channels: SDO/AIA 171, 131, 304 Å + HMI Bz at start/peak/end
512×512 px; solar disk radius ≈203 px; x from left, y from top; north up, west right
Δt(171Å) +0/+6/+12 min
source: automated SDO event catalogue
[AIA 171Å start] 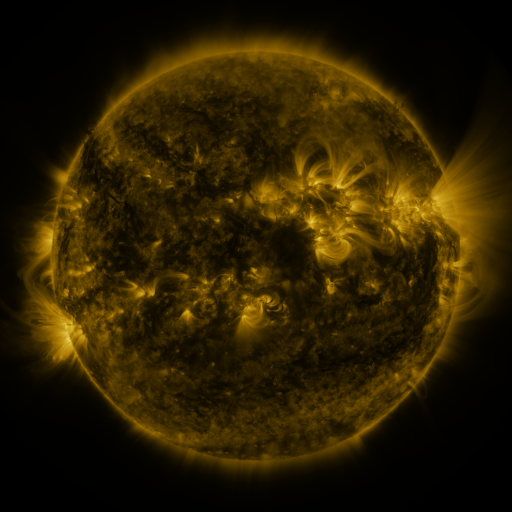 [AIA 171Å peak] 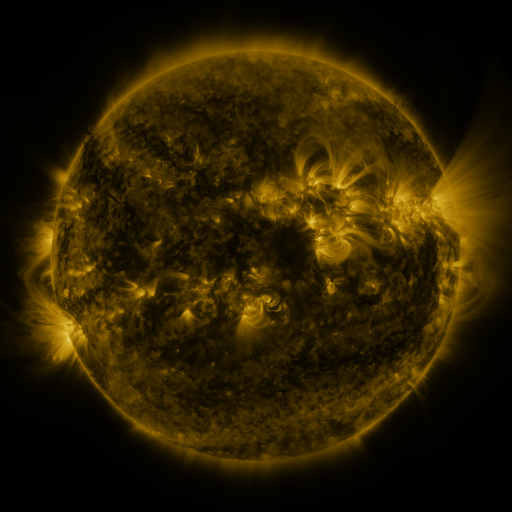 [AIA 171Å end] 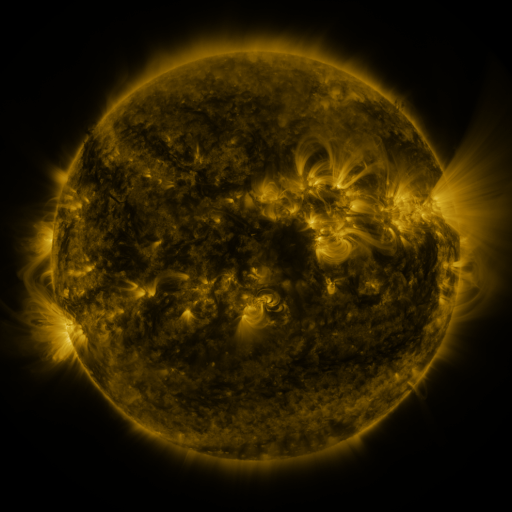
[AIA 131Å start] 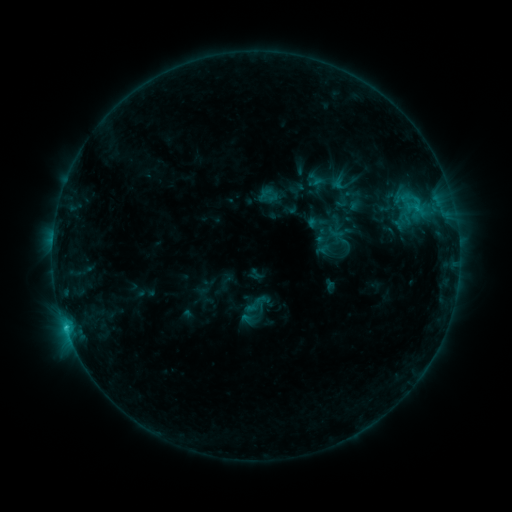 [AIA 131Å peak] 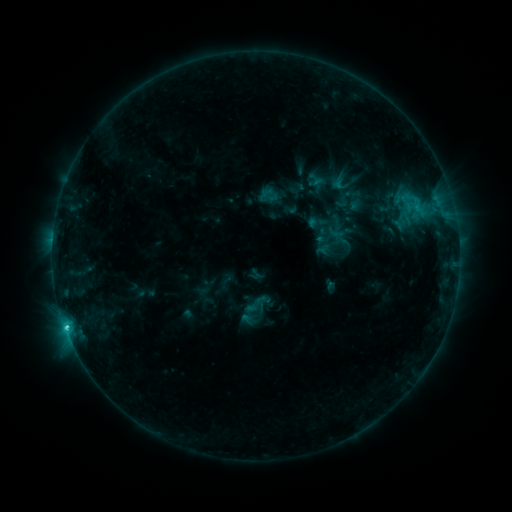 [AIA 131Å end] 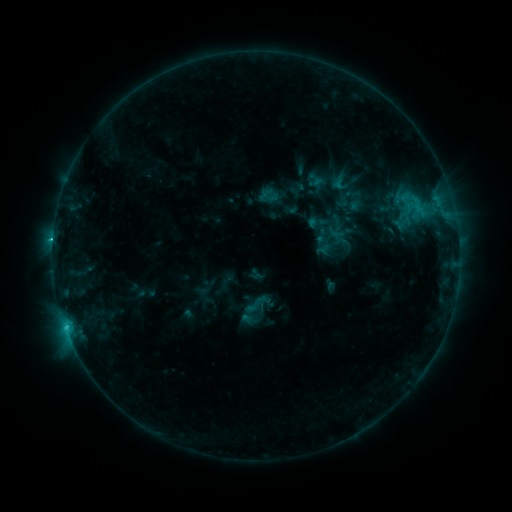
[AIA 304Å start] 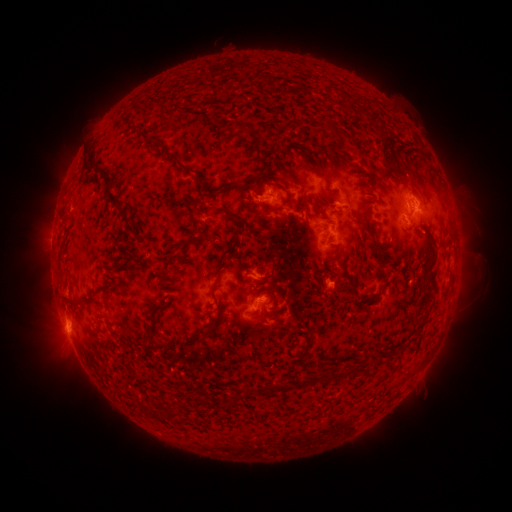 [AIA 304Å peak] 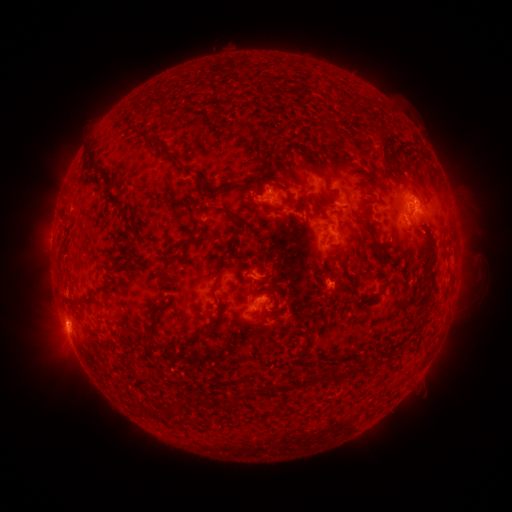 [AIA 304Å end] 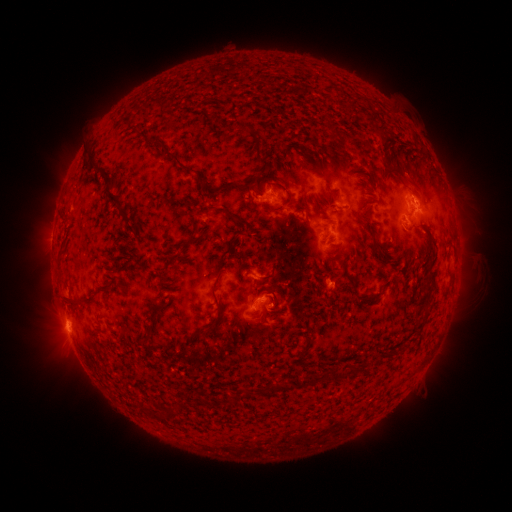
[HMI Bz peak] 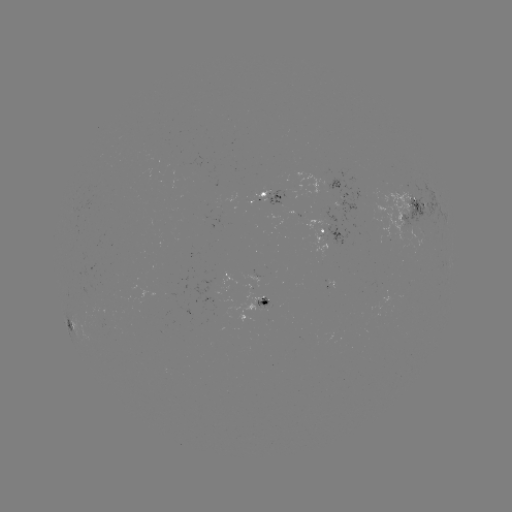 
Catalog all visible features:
C1.7 flare: (67, 325)
